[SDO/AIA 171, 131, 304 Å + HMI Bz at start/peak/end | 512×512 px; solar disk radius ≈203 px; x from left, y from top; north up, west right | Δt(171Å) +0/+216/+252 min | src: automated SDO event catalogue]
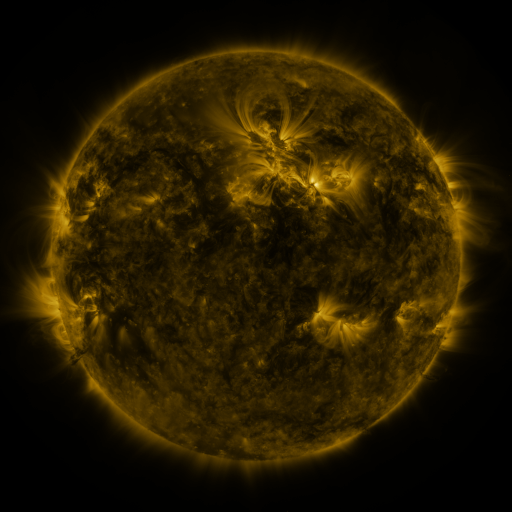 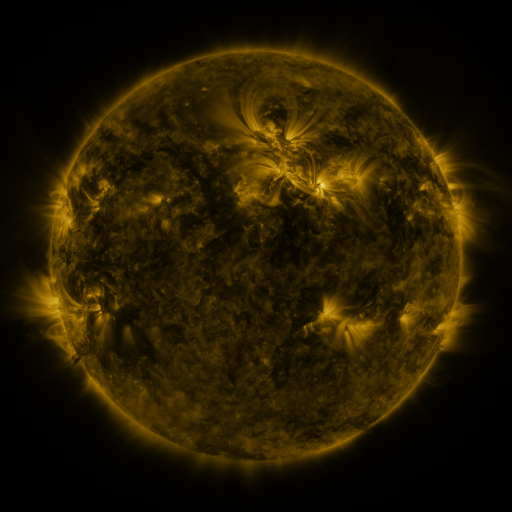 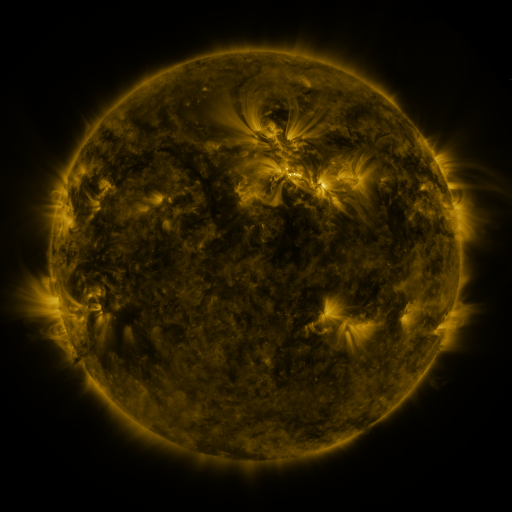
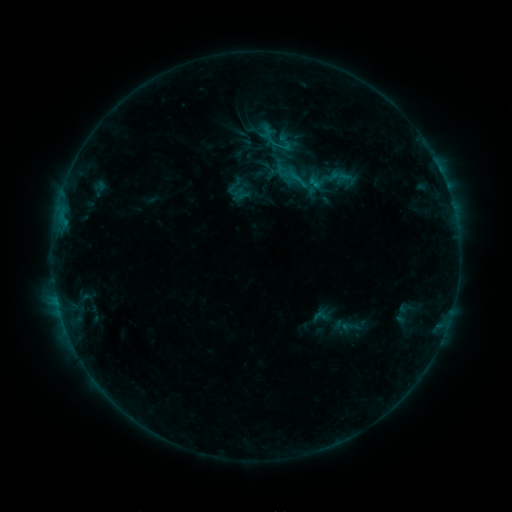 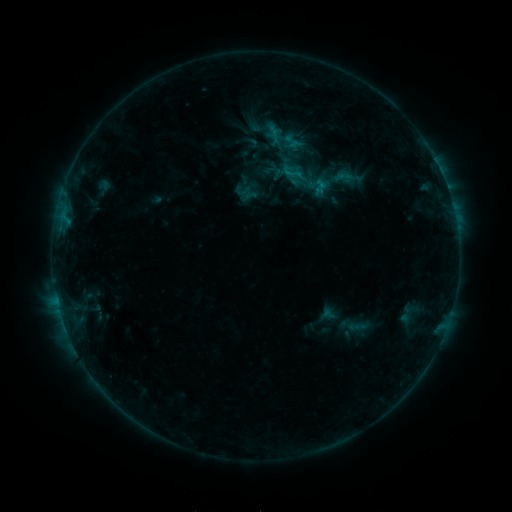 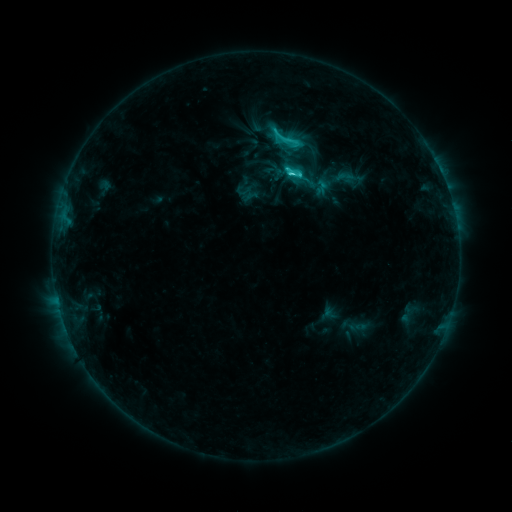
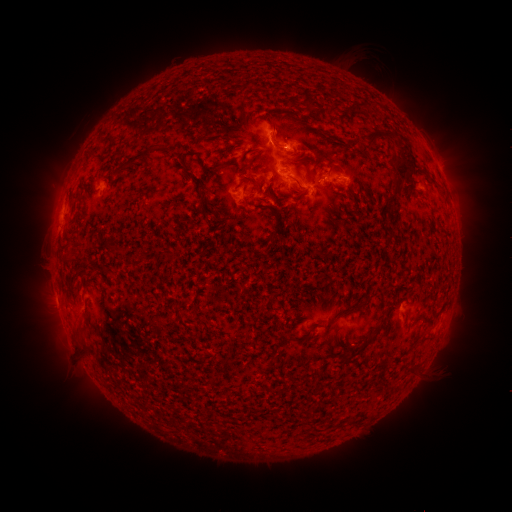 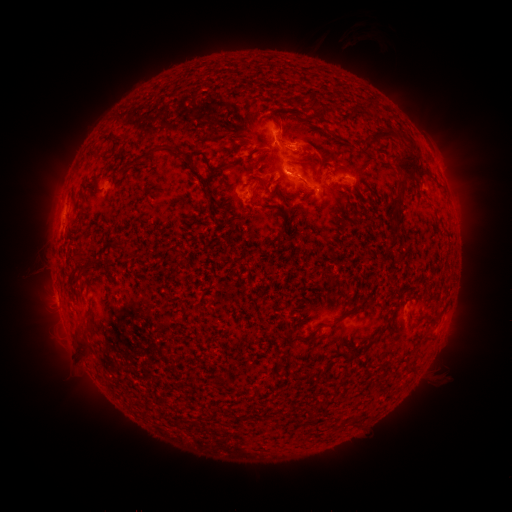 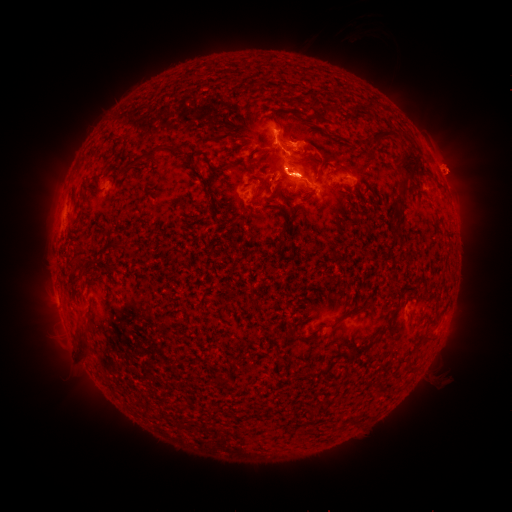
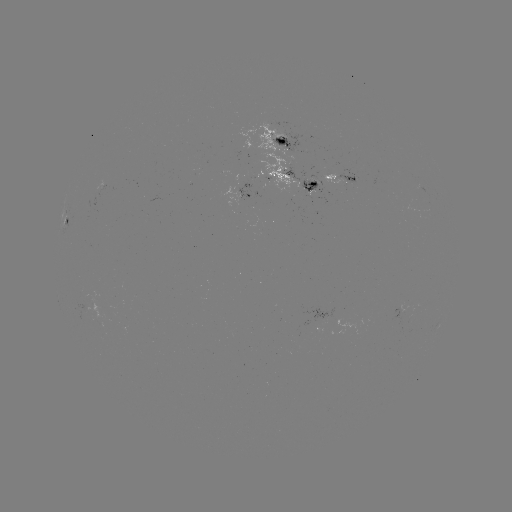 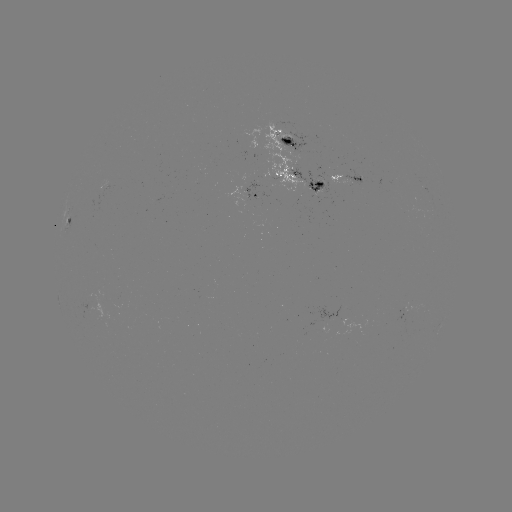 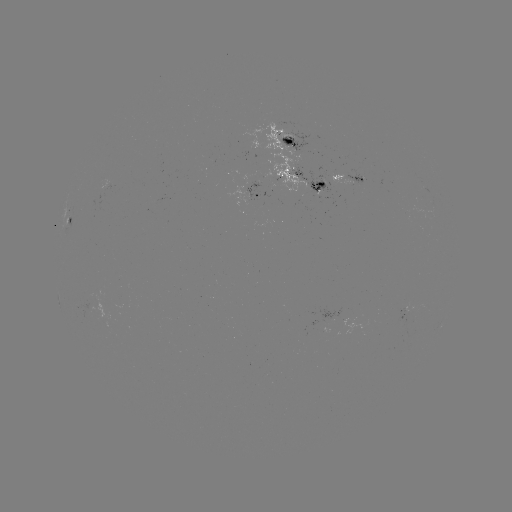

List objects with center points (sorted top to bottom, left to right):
emerging-flux region: (272, 180)
